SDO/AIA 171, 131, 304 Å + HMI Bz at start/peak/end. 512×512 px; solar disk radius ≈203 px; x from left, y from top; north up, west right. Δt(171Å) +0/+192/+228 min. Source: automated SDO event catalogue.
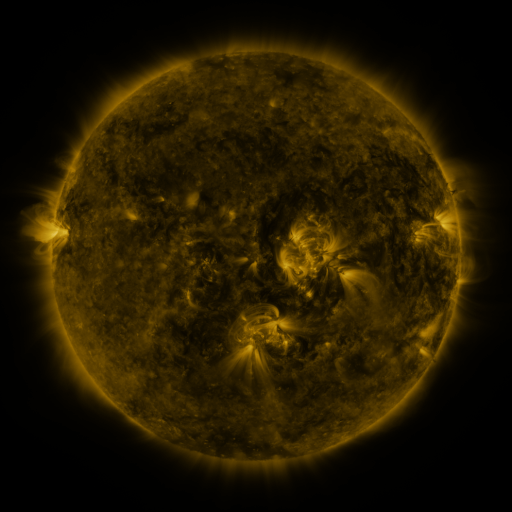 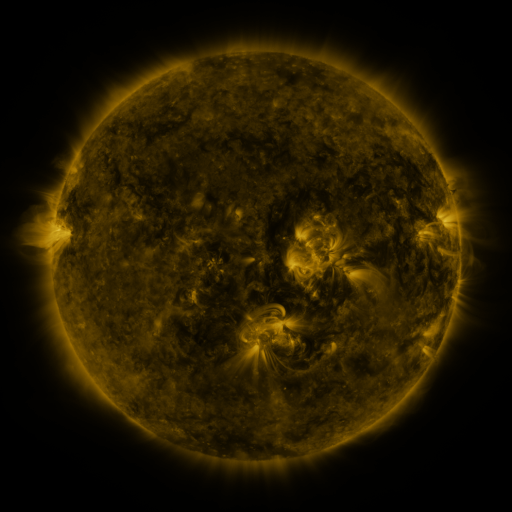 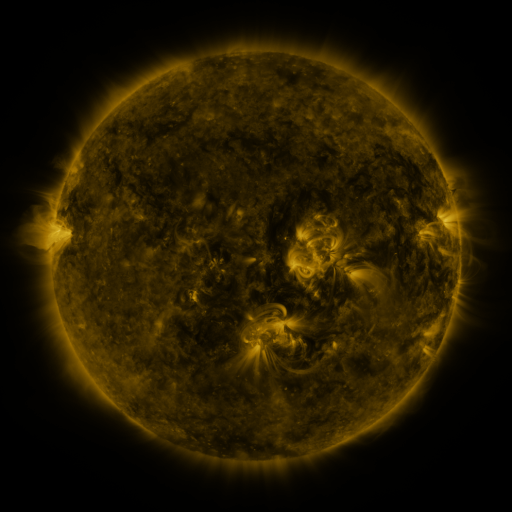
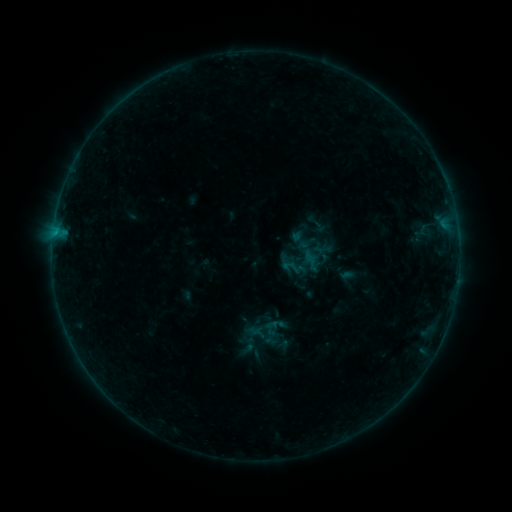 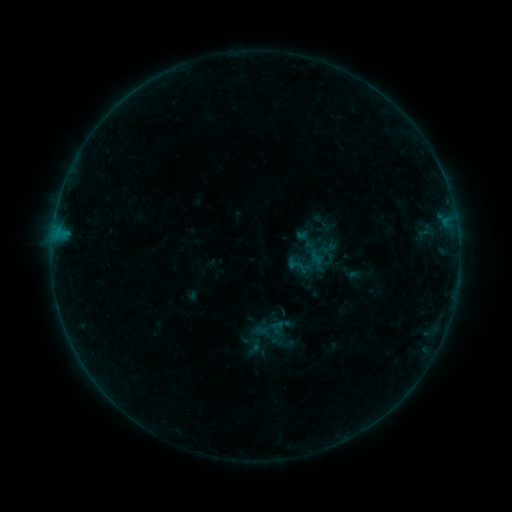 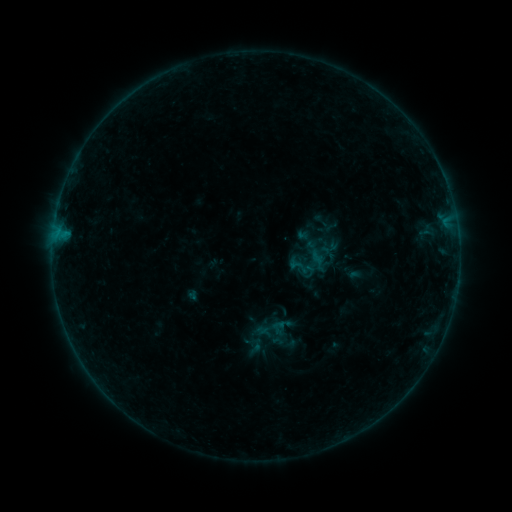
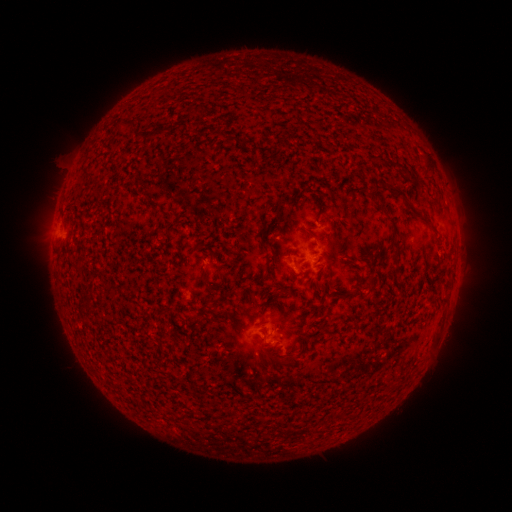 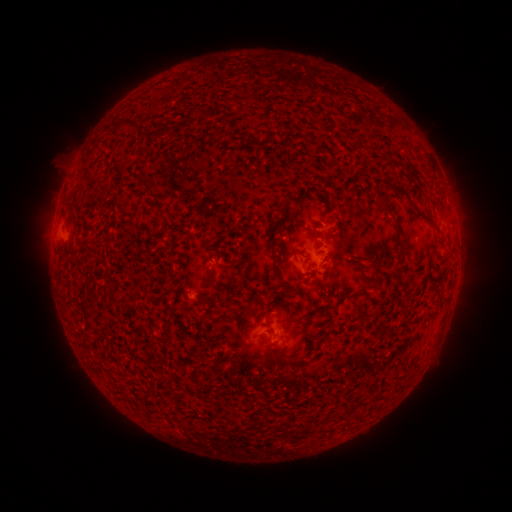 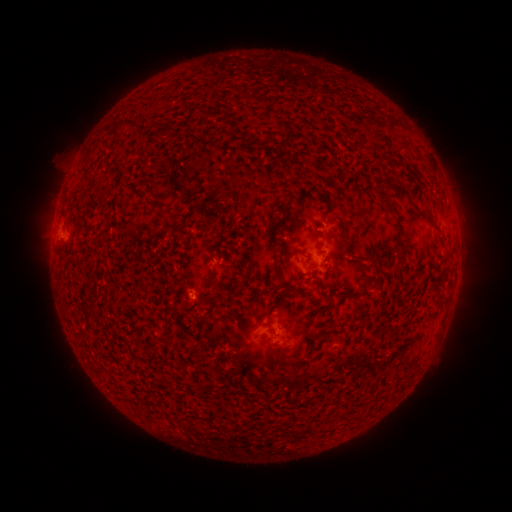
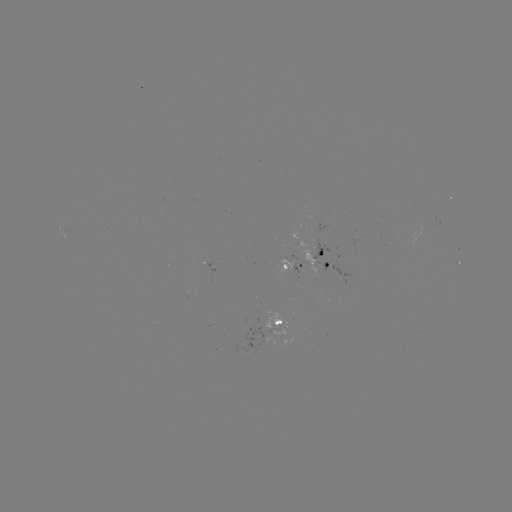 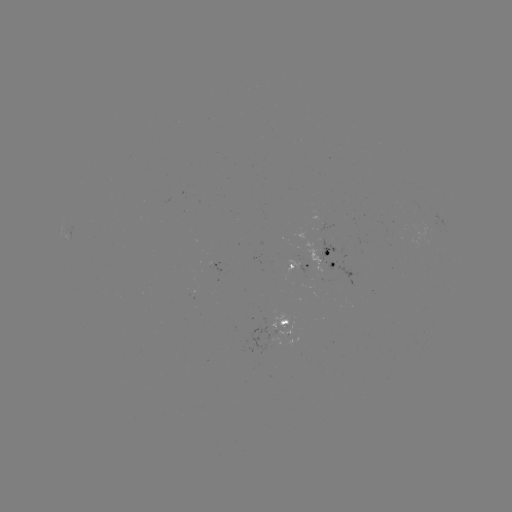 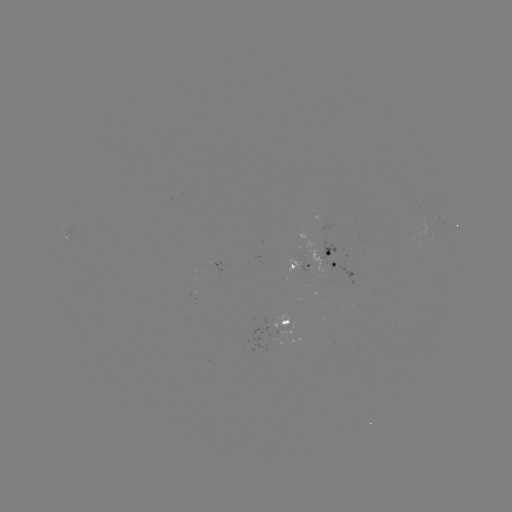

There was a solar emerging-flux region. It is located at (191, 293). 